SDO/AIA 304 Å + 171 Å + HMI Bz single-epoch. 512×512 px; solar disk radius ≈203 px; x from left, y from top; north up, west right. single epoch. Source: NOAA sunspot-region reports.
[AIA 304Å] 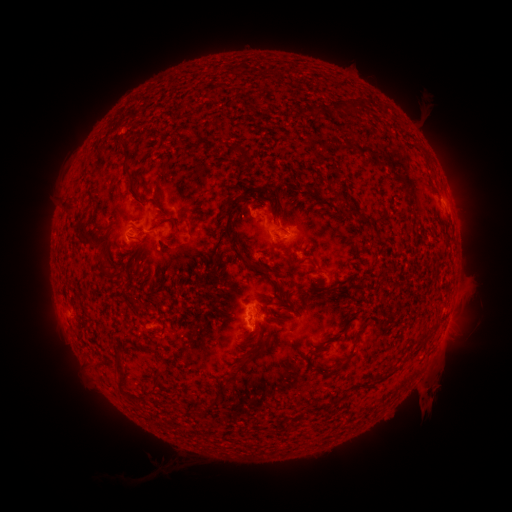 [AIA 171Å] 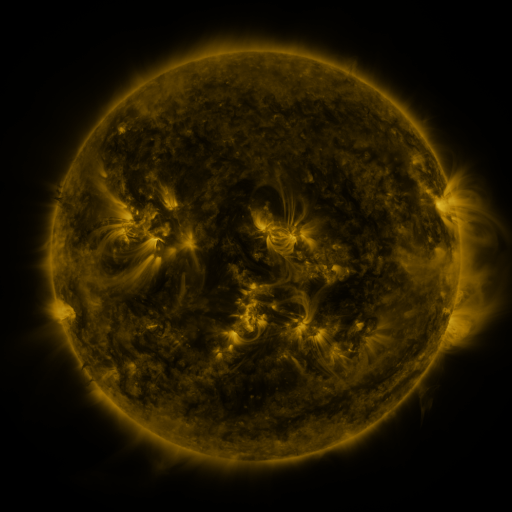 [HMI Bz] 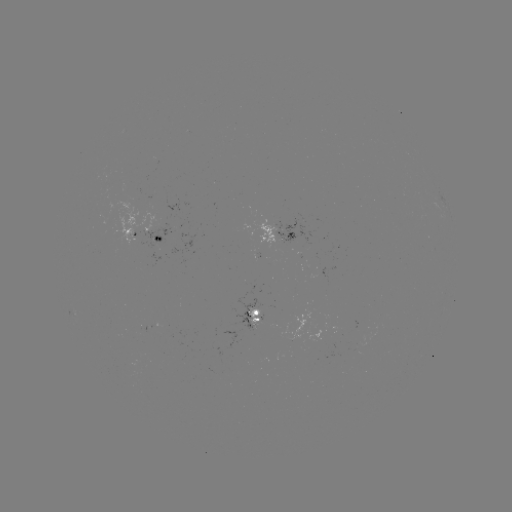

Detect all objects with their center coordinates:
spotted active region: (280, 235)
spotted active region: (146, 238)
spotted active region: (256, 316)
